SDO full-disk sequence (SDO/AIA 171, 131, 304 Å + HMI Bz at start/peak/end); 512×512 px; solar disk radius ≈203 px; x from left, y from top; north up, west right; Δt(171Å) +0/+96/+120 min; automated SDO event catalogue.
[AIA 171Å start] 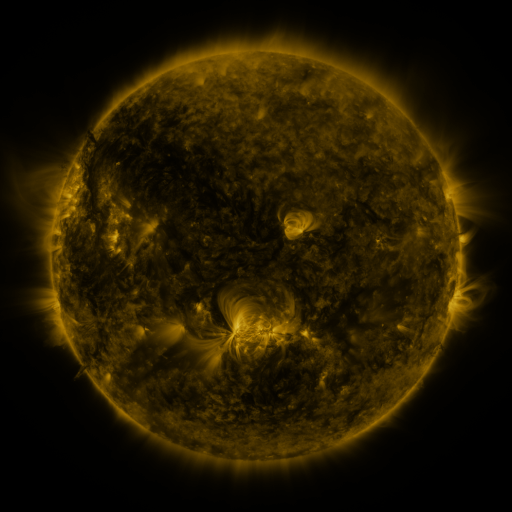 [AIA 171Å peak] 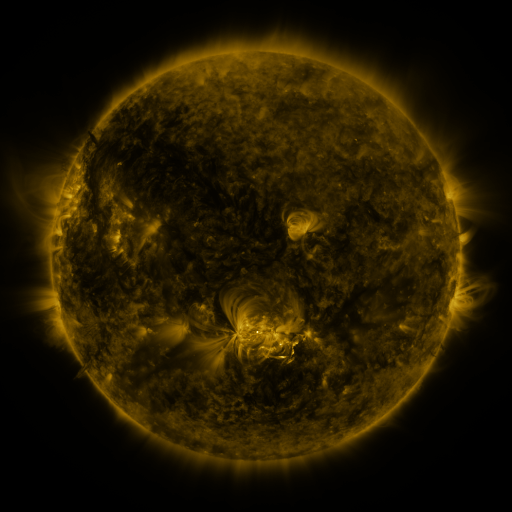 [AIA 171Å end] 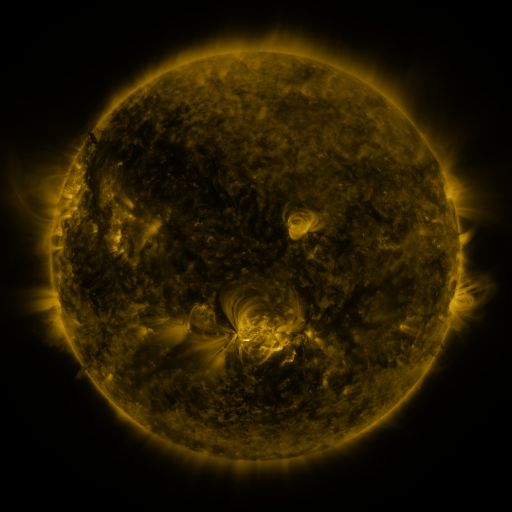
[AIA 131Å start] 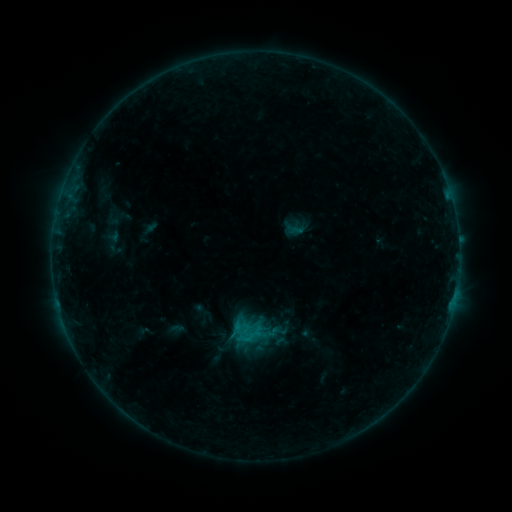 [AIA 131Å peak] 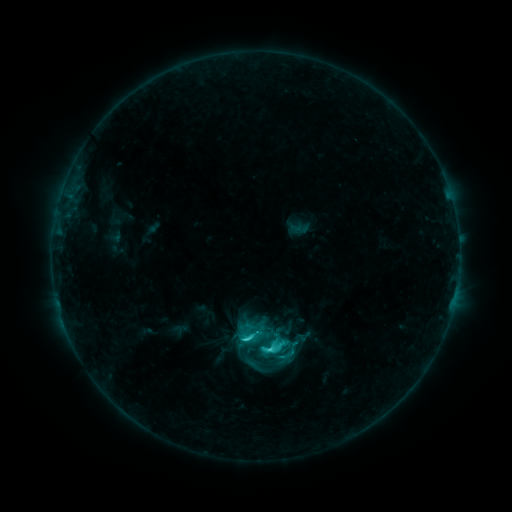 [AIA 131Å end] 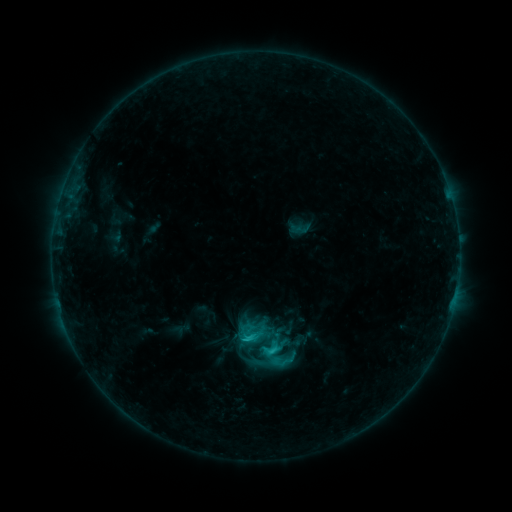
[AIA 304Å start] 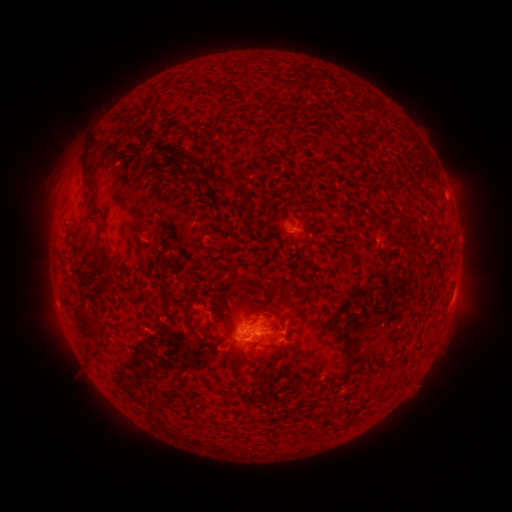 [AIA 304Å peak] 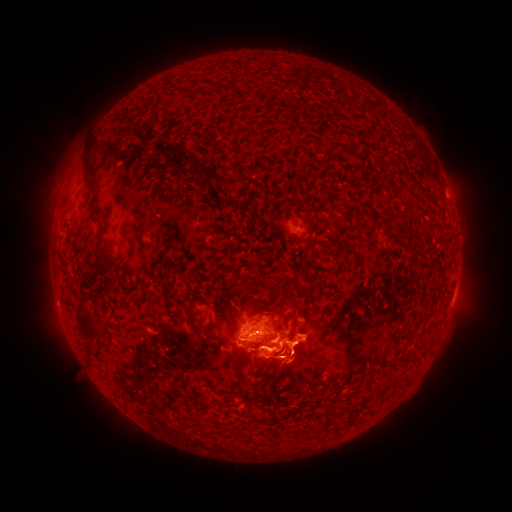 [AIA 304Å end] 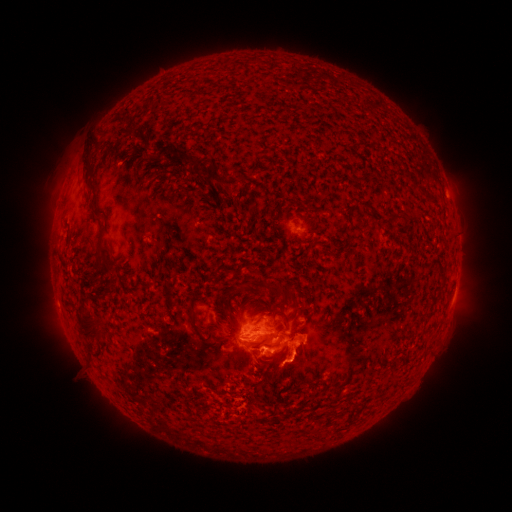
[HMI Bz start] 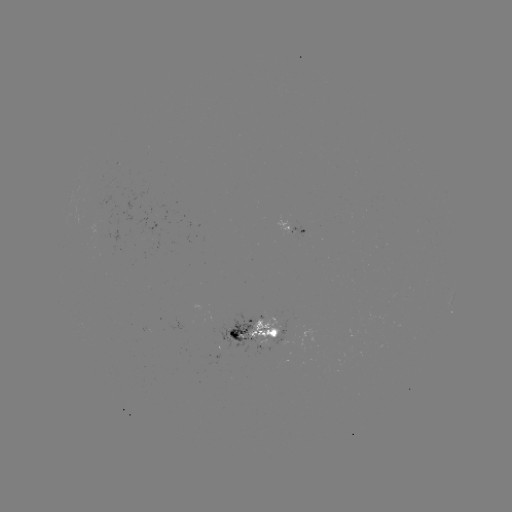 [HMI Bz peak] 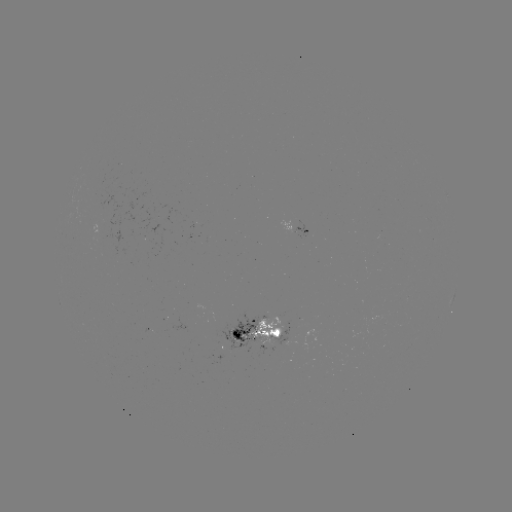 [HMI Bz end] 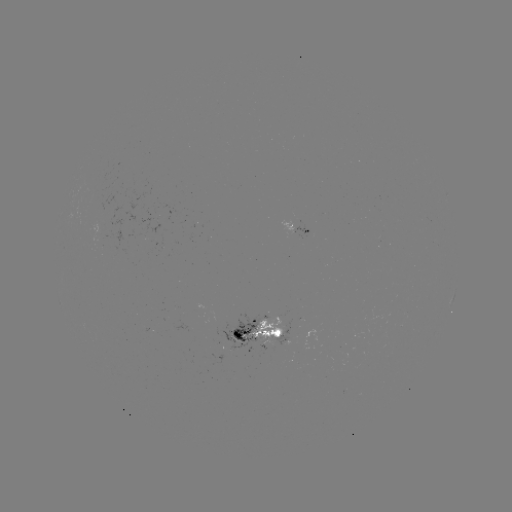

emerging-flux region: <bbox>209, 311, 258, 350</bbox>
